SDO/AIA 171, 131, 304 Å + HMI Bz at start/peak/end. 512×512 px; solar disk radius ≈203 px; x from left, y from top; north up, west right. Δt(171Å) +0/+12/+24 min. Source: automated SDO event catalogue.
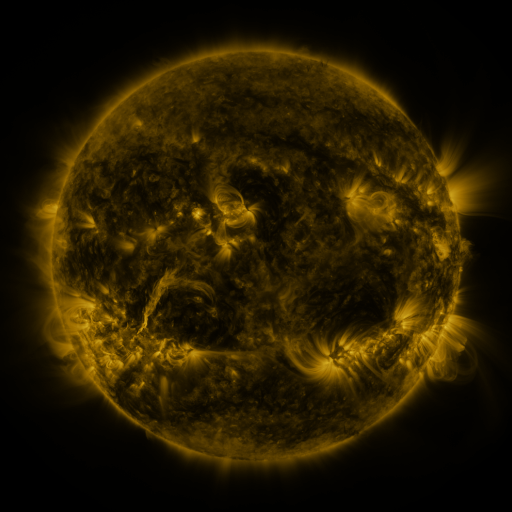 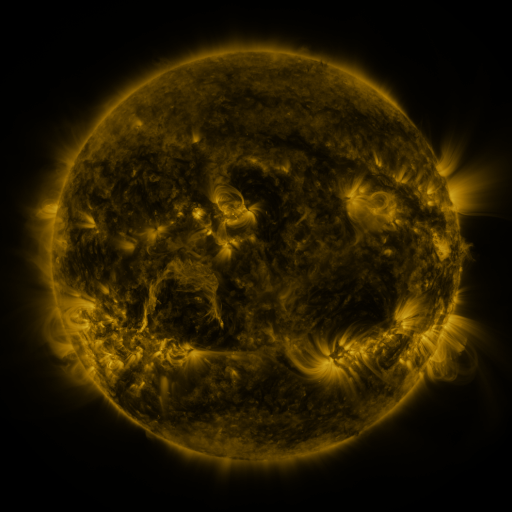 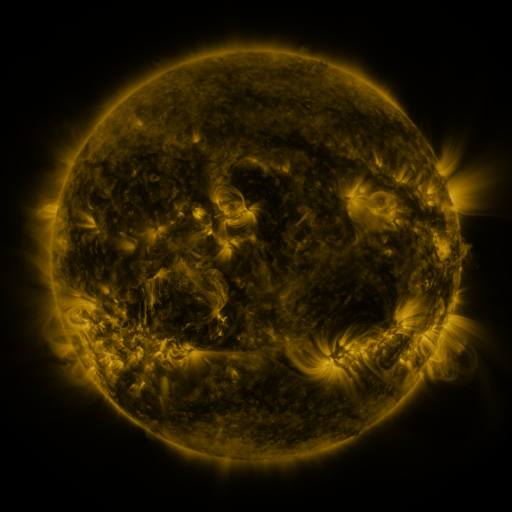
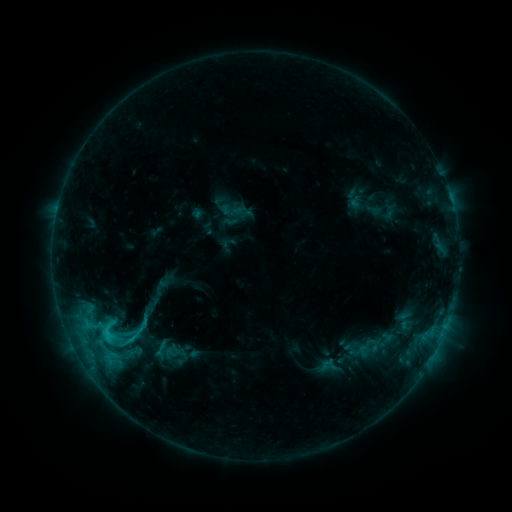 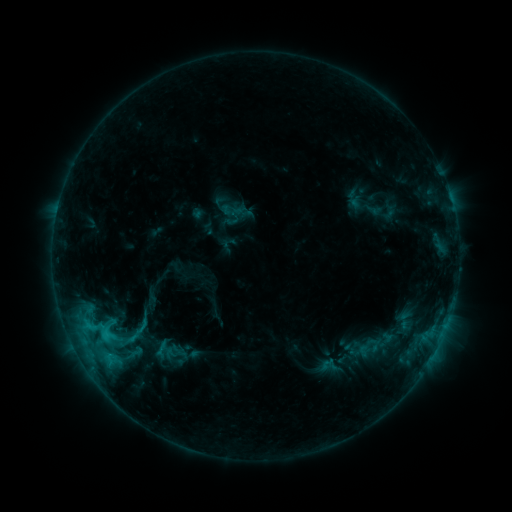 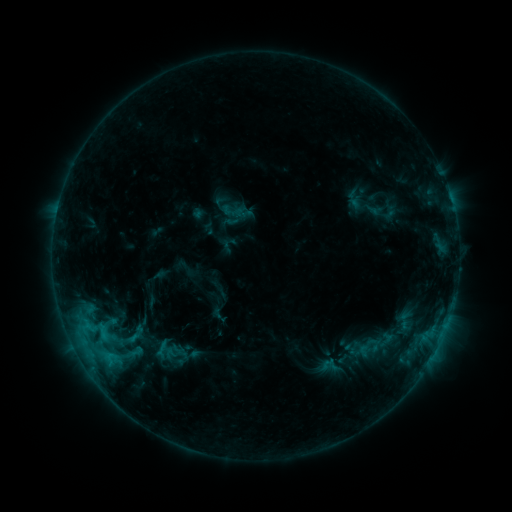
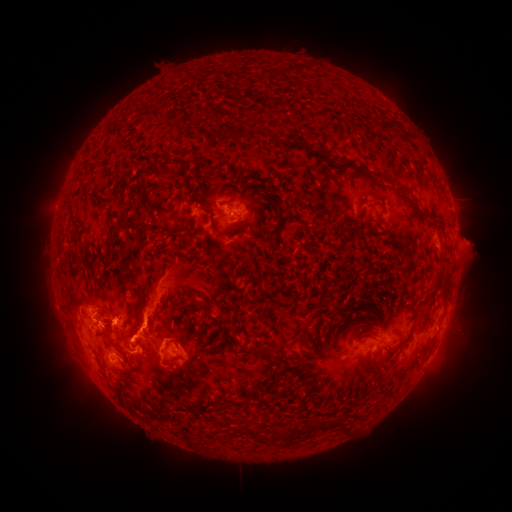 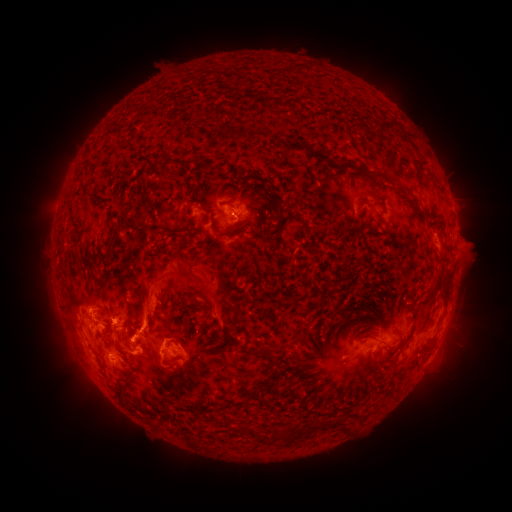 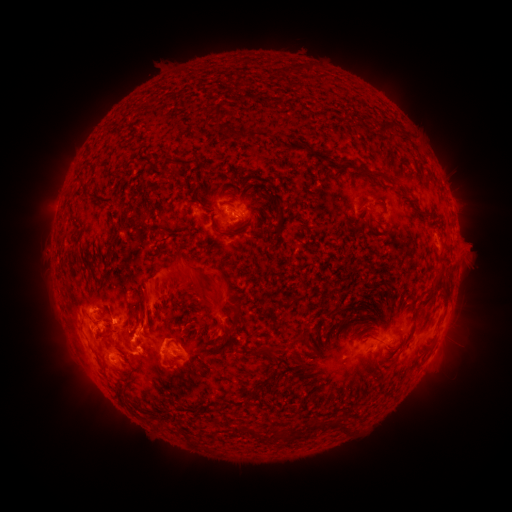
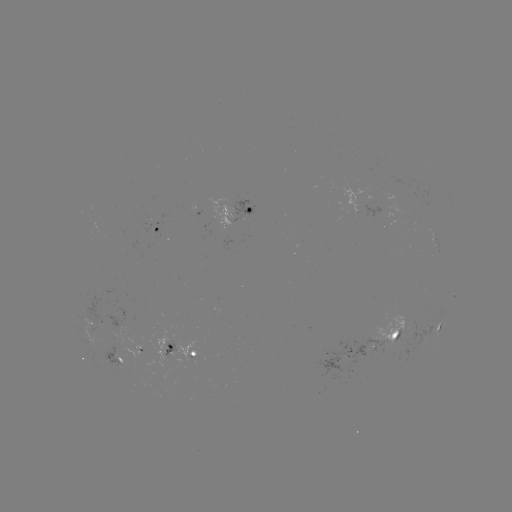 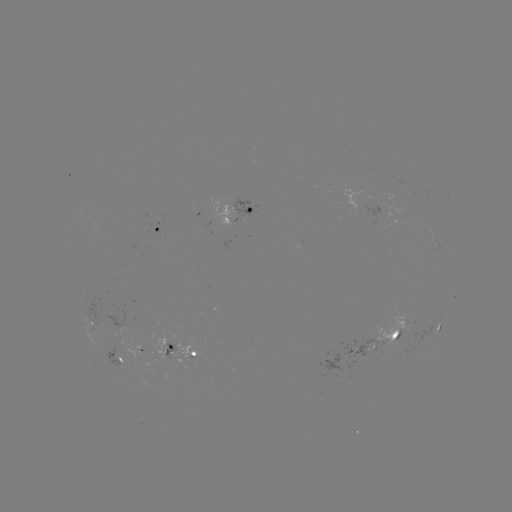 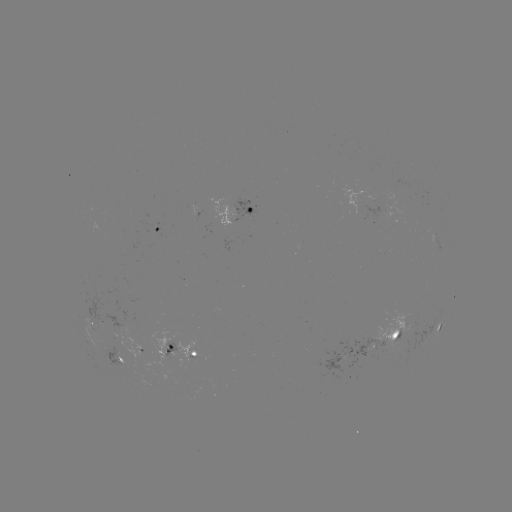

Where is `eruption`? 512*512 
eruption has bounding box [99, 238, 155, 313].